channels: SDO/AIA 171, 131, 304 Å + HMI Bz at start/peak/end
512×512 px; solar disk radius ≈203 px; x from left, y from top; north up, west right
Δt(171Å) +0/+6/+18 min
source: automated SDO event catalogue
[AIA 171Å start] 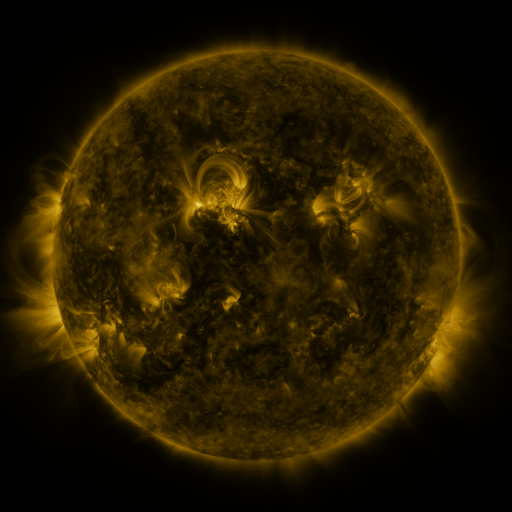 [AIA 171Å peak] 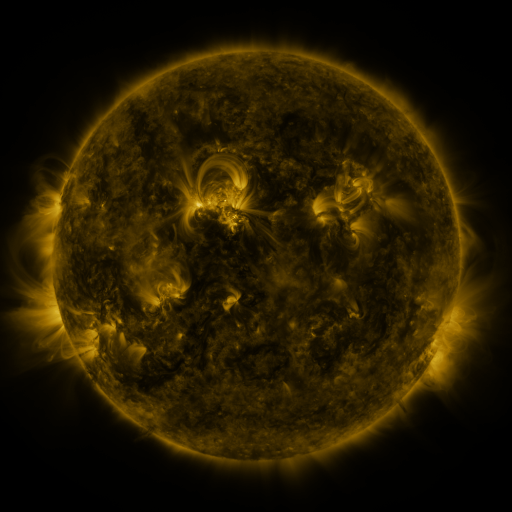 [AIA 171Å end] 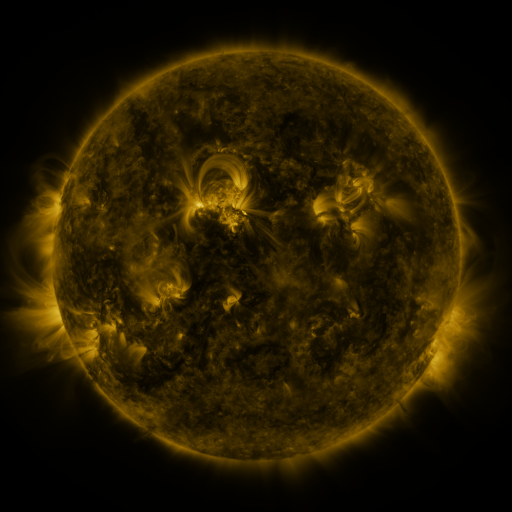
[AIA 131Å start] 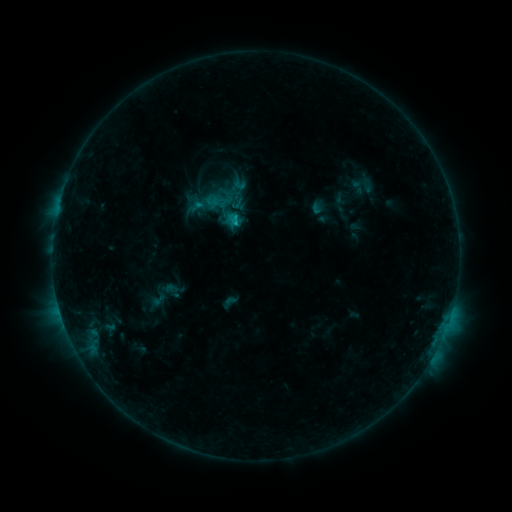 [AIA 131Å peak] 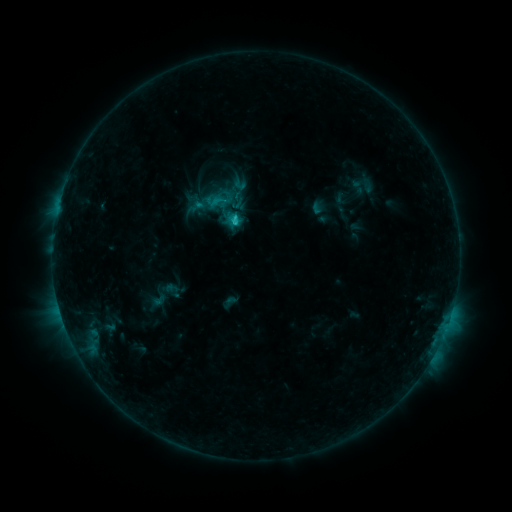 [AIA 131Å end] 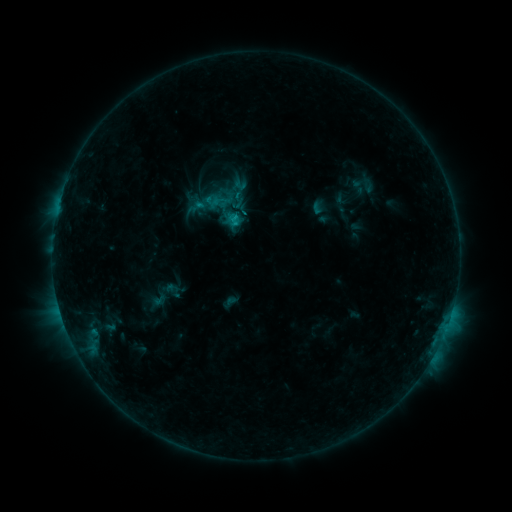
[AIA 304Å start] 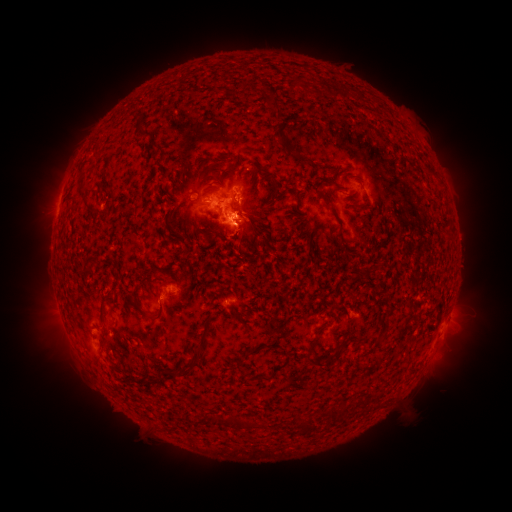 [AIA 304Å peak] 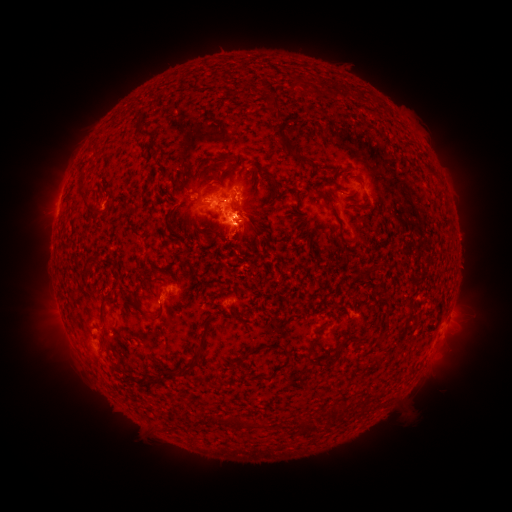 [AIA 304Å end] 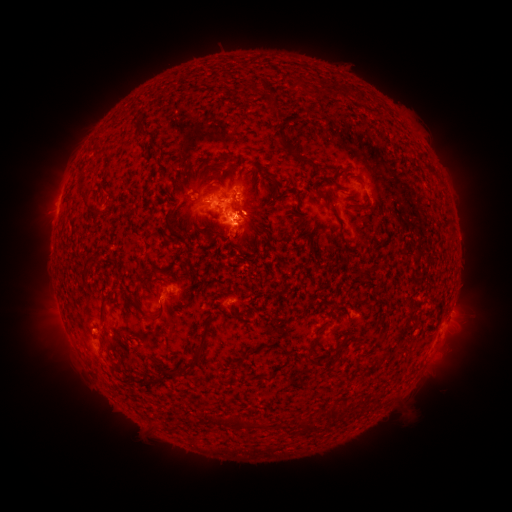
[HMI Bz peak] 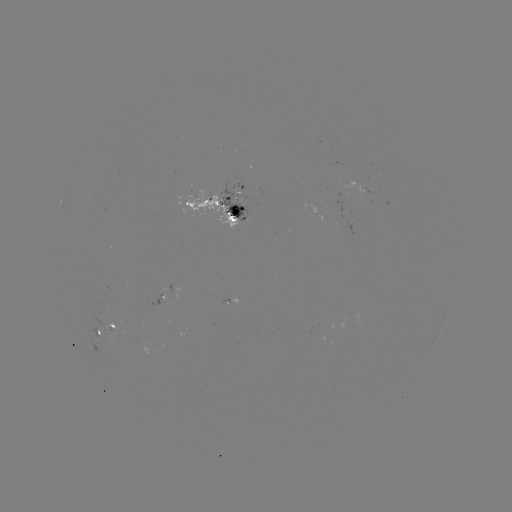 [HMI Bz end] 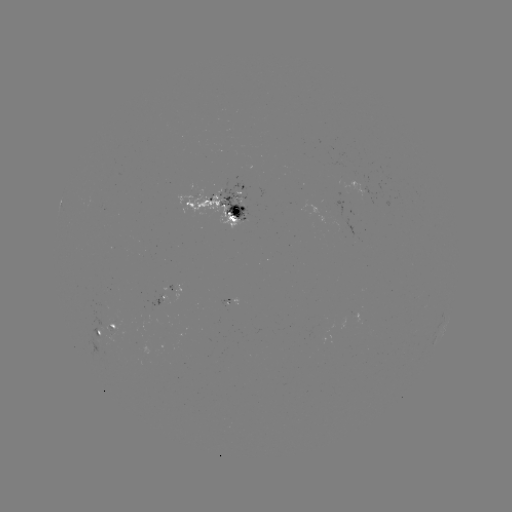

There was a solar flare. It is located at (238, 223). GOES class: C1.4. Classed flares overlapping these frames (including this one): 1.